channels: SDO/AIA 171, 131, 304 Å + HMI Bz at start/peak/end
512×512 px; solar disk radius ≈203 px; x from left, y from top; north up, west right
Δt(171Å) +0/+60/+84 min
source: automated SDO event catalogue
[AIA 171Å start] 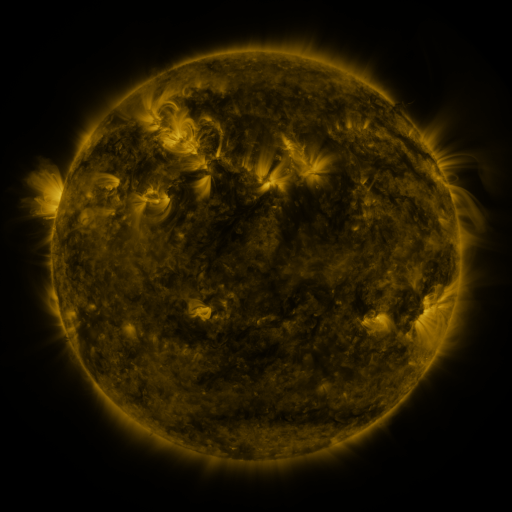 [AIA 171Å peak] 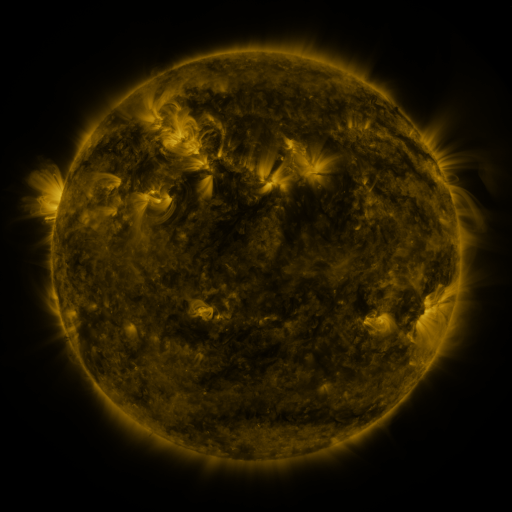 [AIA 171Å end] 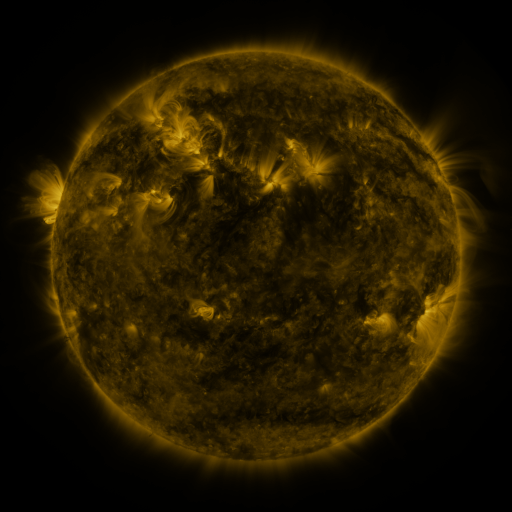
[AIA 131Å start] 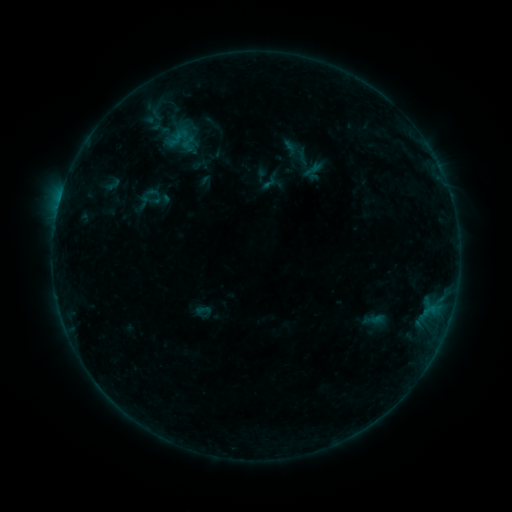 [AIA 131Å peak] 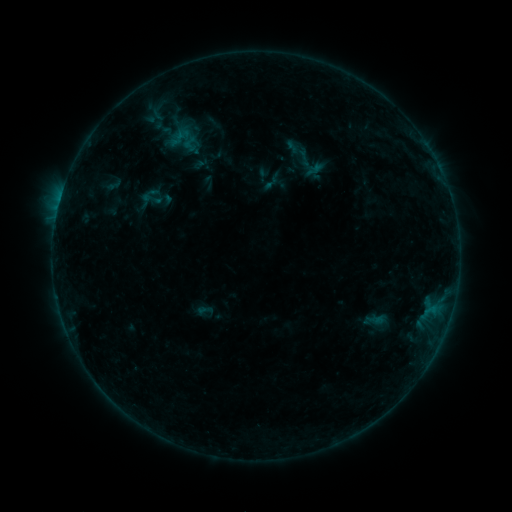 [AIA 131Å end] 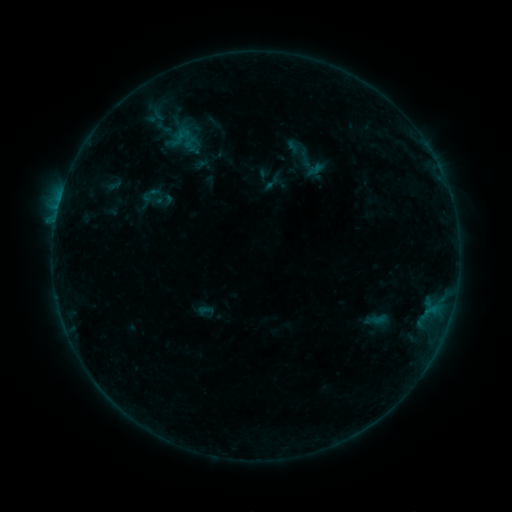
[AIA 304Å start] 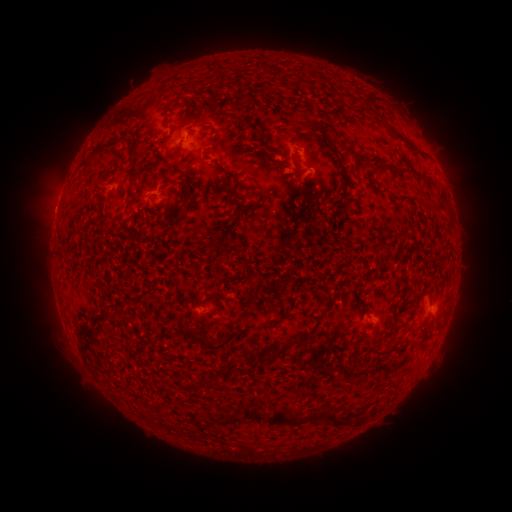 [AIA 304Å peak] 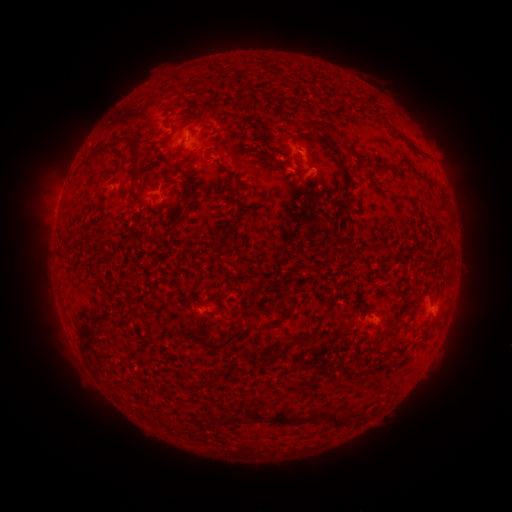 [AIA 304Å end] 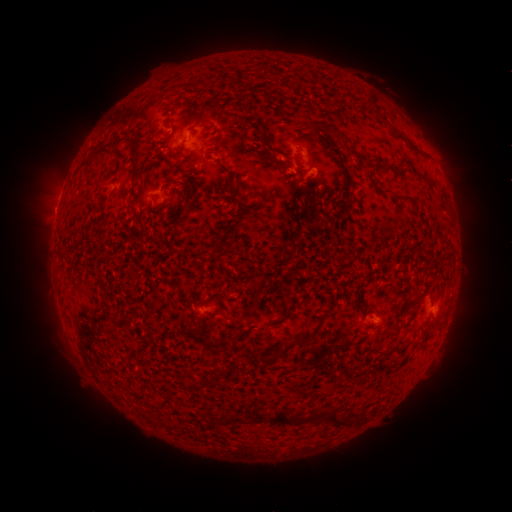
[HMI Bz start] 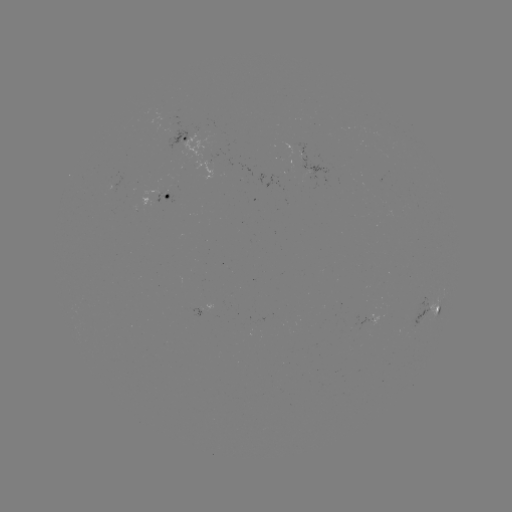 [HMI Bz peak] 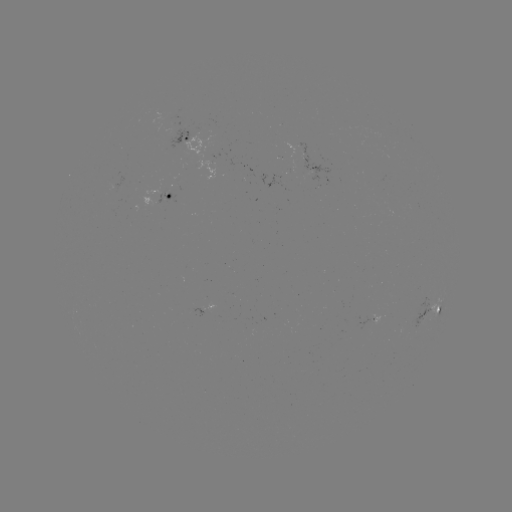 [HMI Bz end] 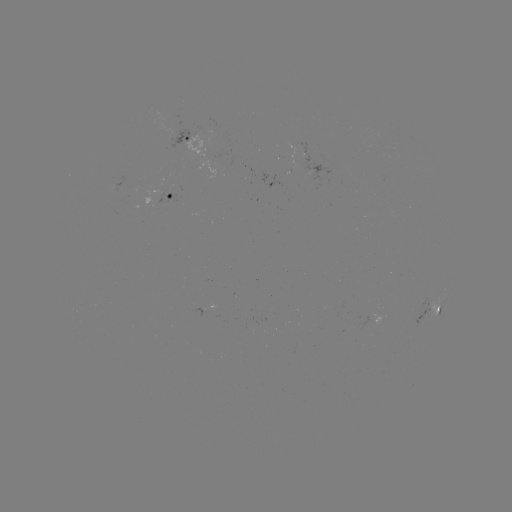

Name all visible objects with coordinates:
emerging-flux region: (171, 130)
